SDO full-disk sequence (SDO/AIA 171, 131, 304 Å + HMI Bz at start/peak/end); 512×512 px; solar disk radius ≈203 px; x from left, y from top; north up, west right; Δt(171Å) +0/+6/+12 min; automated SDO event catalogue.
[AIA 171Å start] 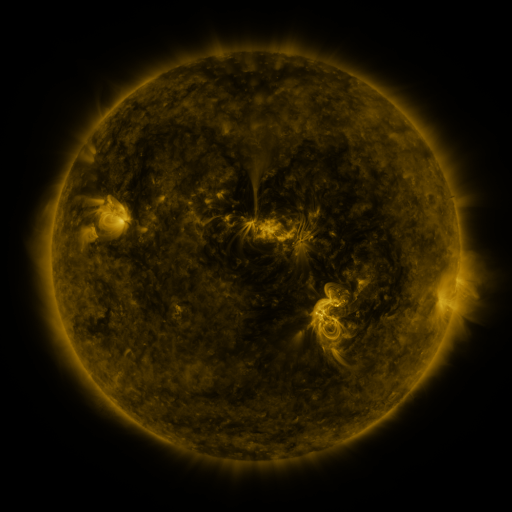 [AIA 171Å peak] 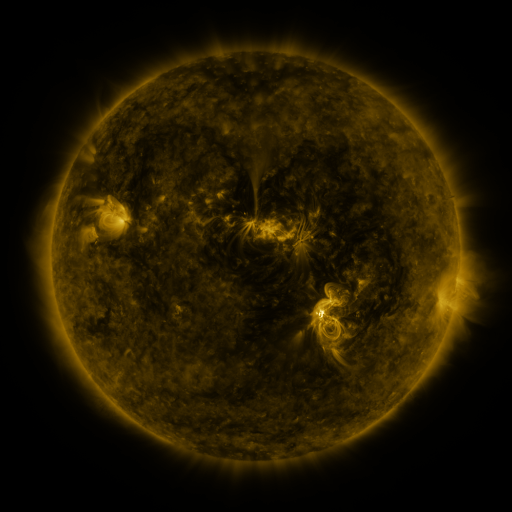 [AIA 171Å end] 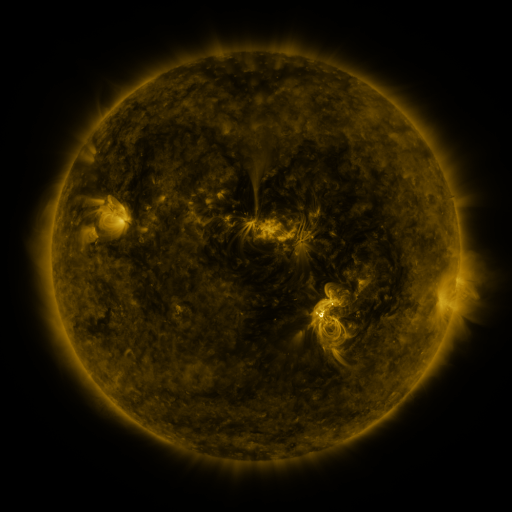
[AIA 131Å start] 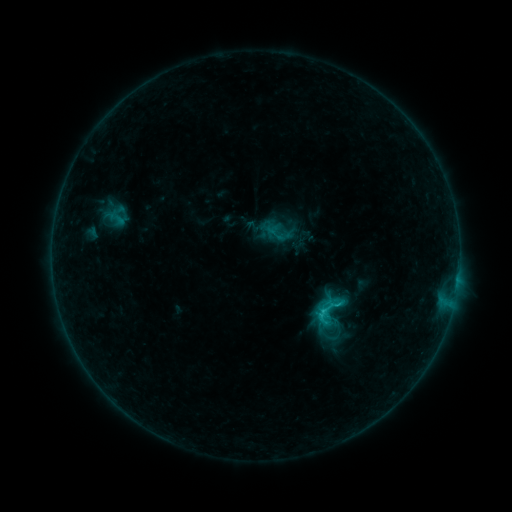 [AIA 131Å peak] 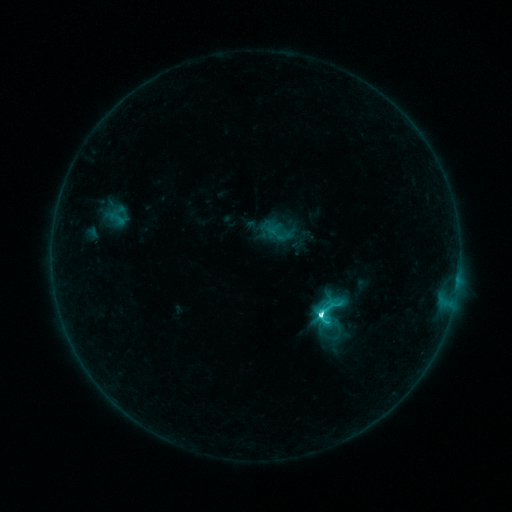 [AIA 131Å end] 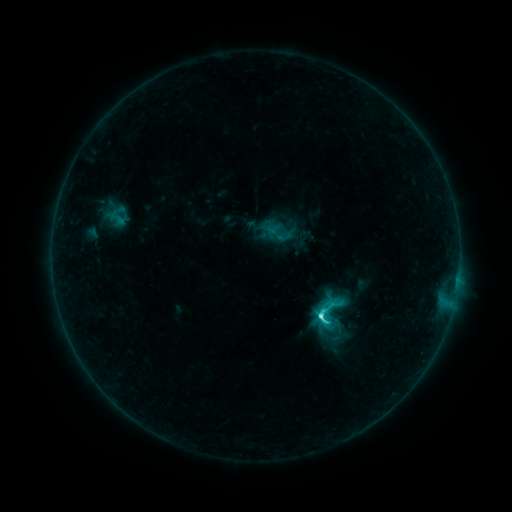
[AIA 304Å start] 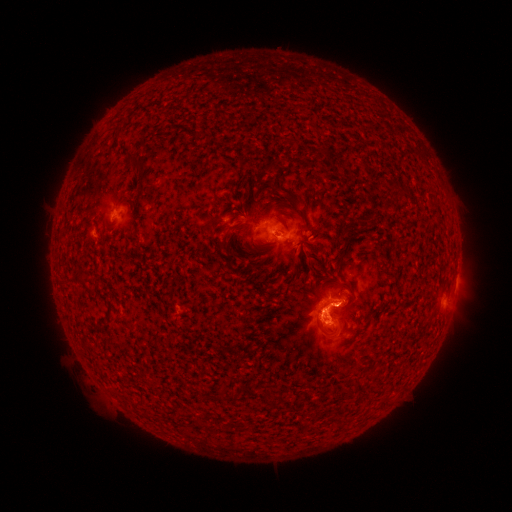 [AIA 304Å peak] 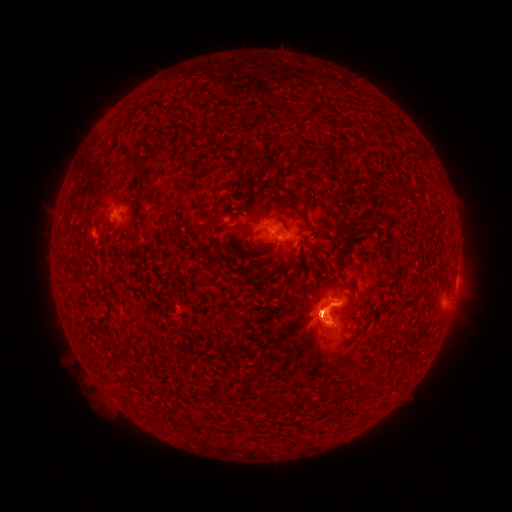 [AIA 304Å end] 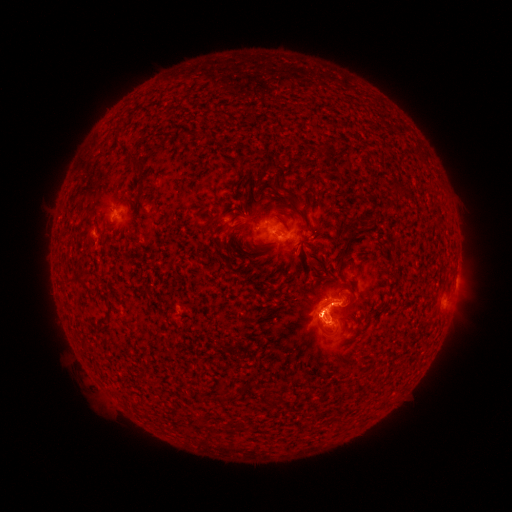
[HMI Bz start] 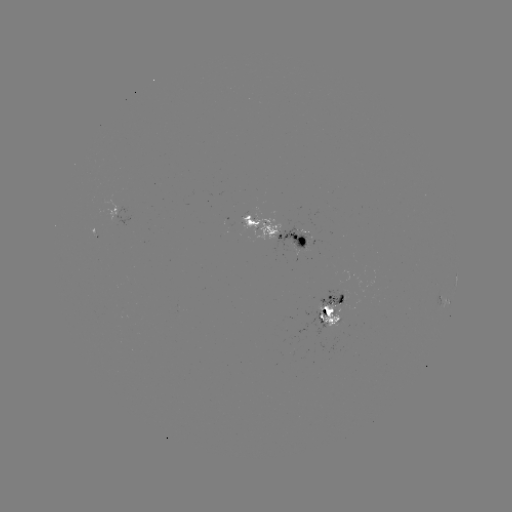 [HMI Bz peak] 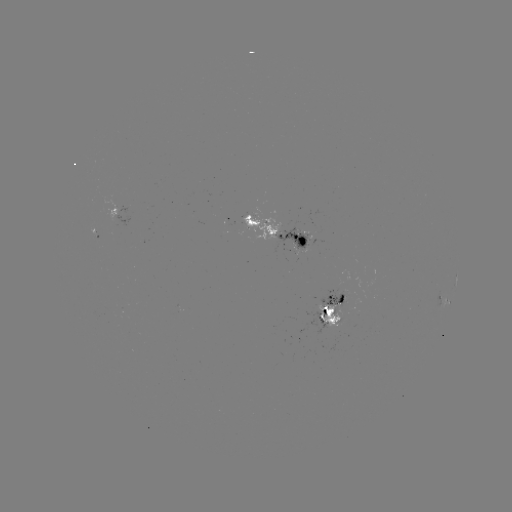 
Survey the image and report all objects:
C5.4 flare: (318, 315)
